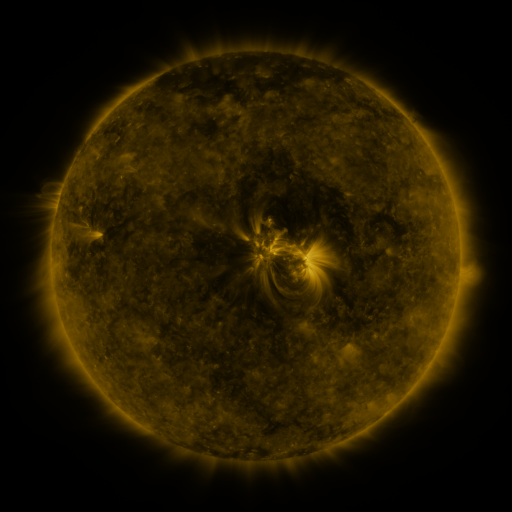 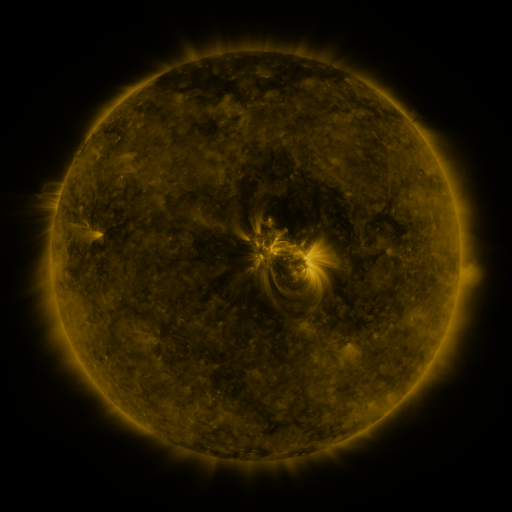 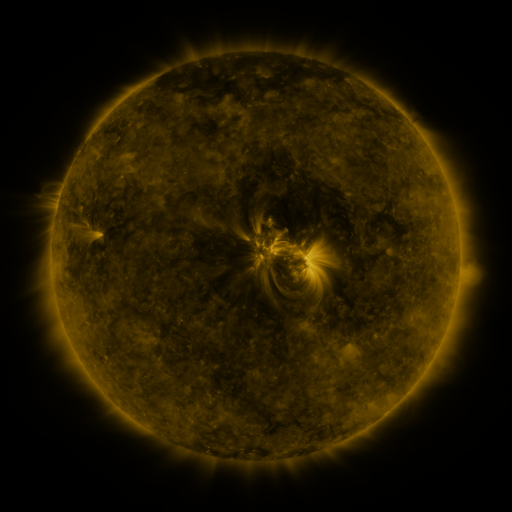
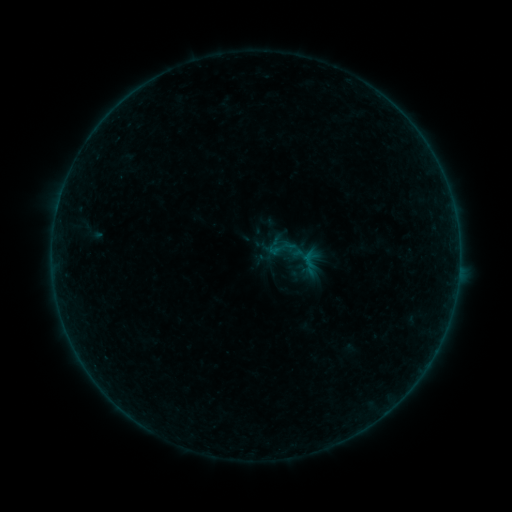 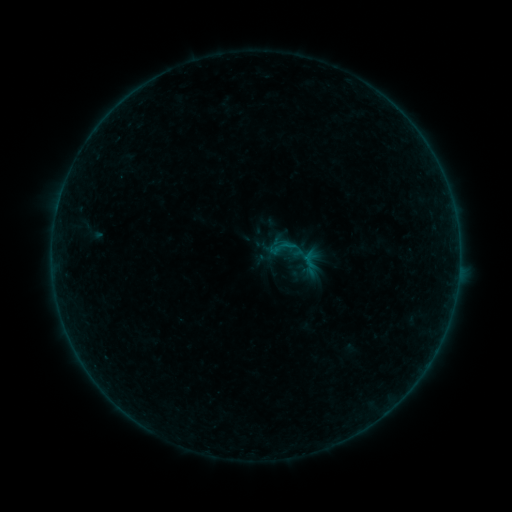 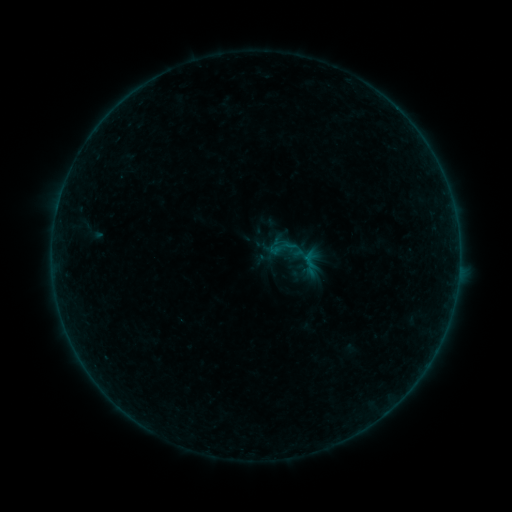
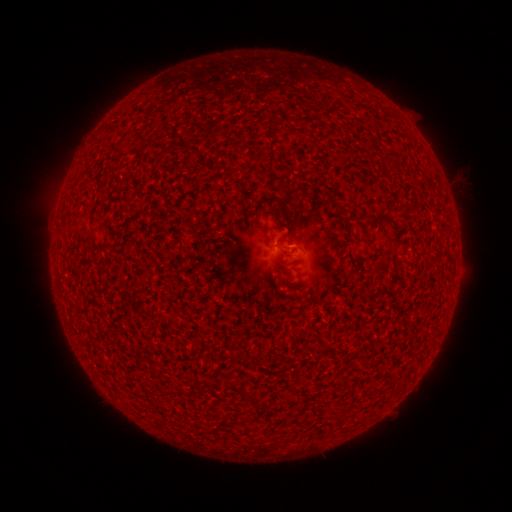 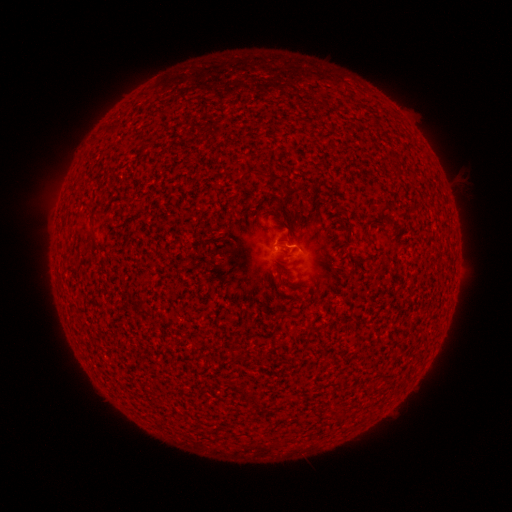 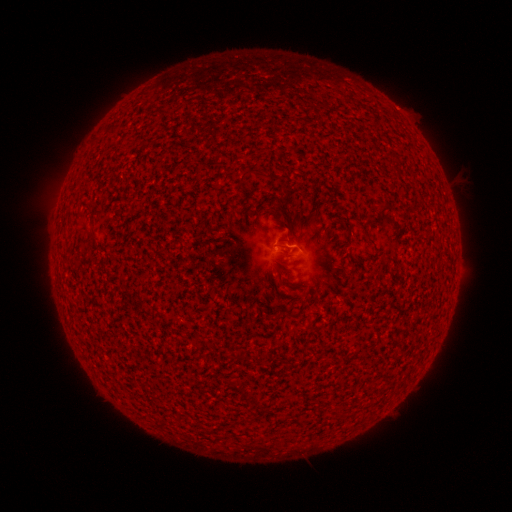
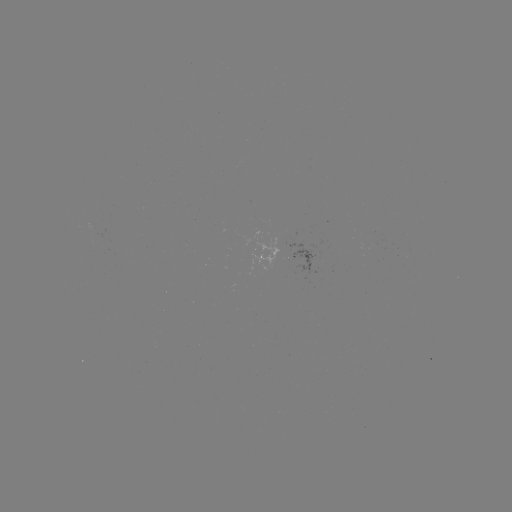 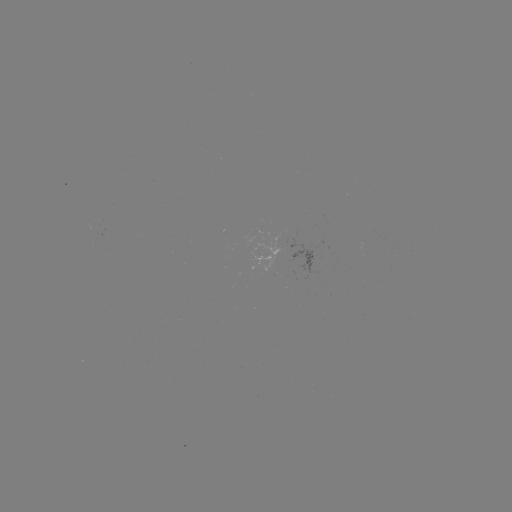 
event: flare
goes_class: B1.5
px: (284, 246)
